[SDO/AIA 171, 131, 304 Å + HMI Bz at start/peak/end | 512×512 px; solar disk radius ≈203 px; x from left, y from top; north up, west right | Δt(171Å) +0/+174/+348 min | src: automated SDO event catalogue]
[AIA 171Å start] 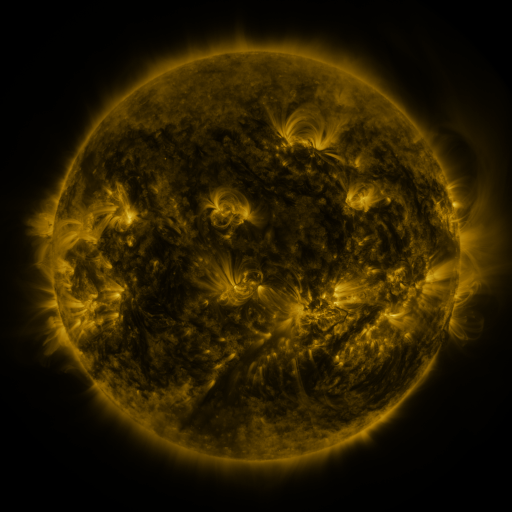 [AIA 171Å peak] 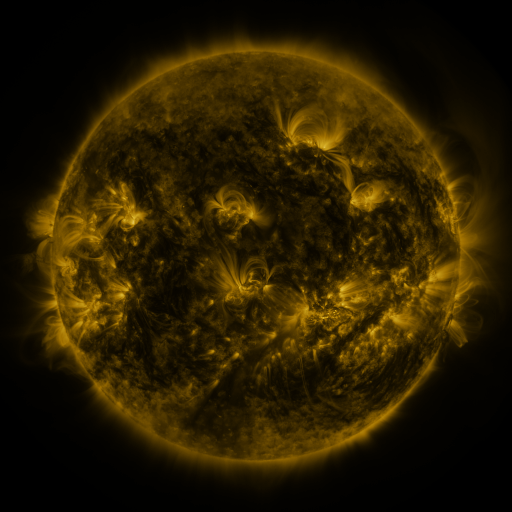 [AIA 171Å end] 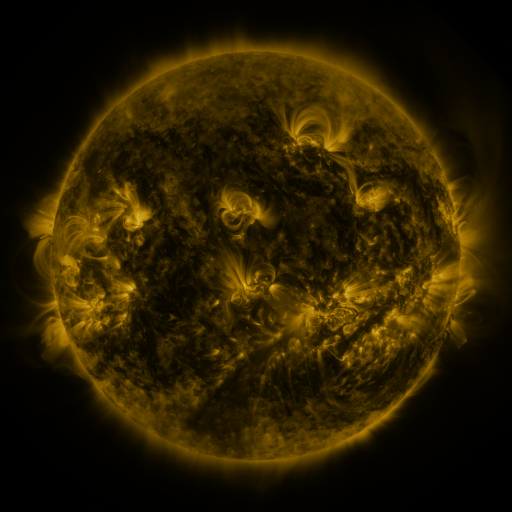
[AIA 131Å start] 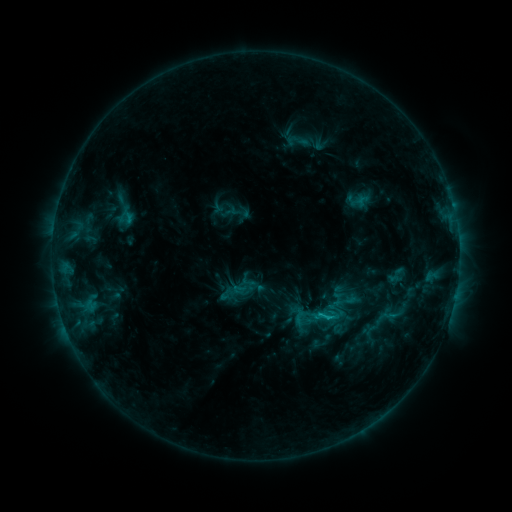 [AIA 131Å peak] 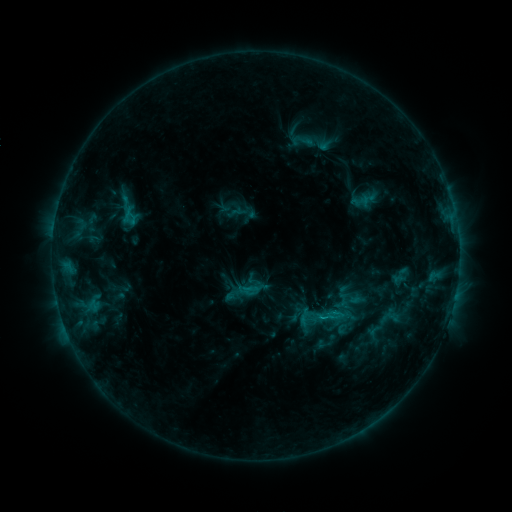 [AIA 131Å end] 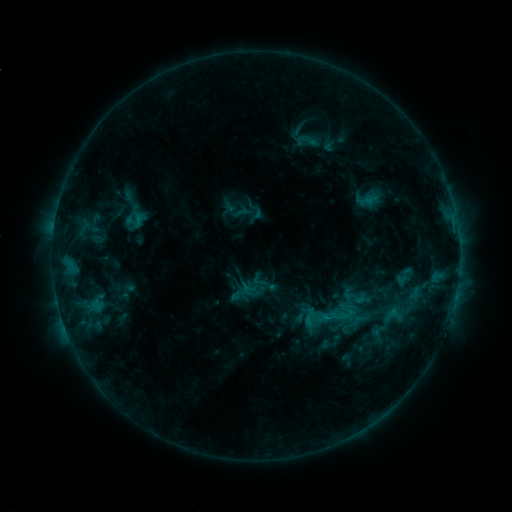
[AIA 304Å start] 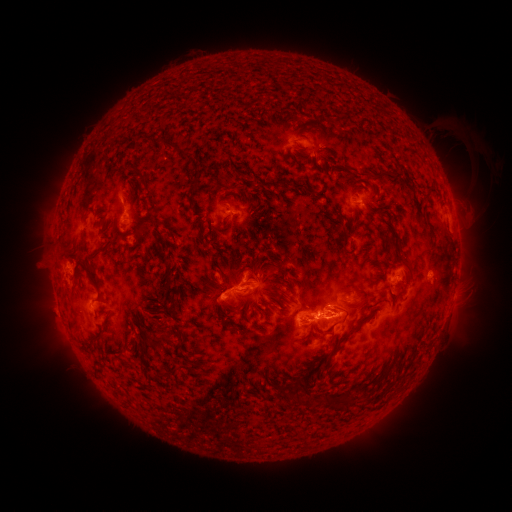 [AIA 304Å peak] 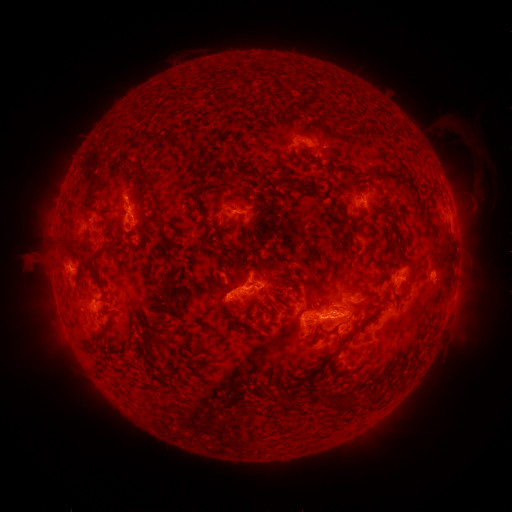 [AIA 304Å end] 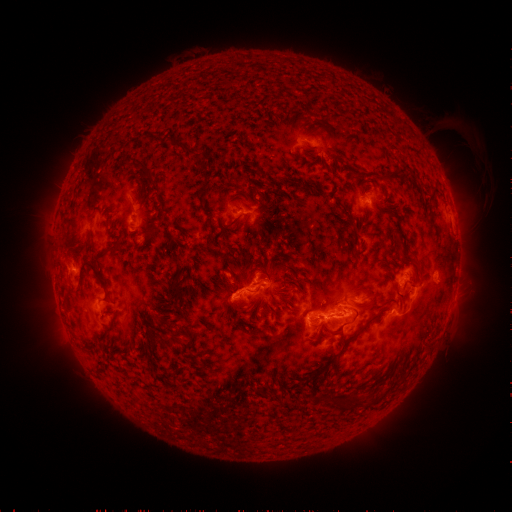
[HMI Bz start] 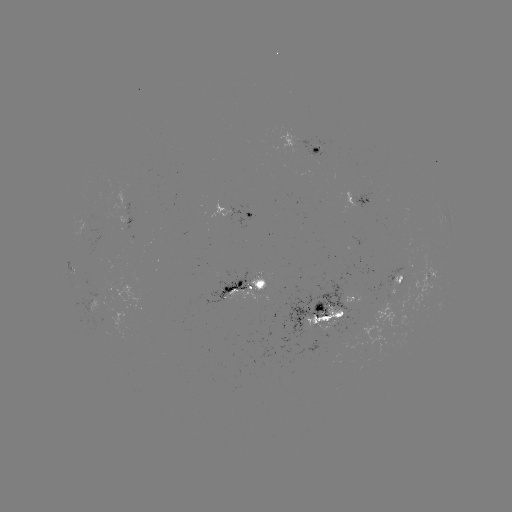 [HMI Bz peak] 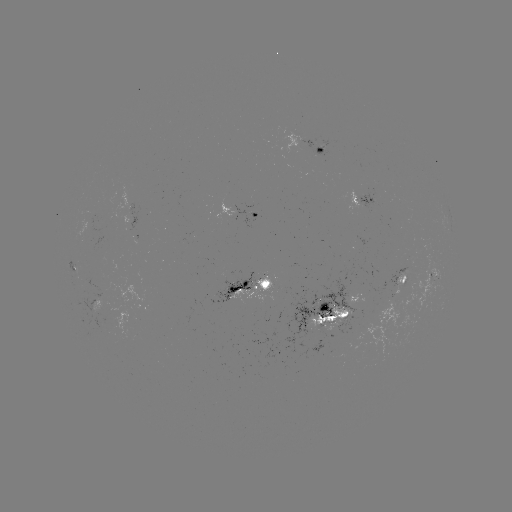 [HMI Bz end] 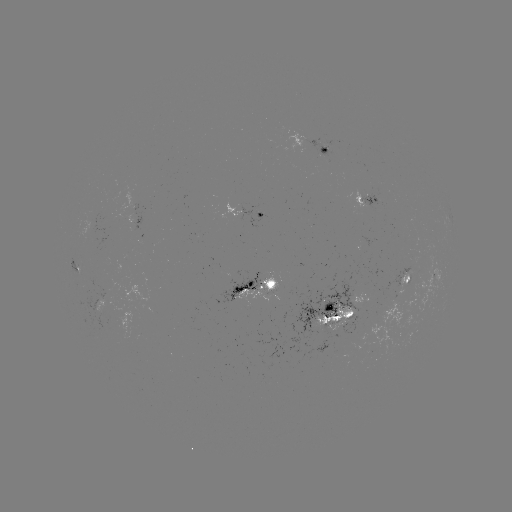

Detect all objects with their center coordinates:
filament eruption: (50, 239)
